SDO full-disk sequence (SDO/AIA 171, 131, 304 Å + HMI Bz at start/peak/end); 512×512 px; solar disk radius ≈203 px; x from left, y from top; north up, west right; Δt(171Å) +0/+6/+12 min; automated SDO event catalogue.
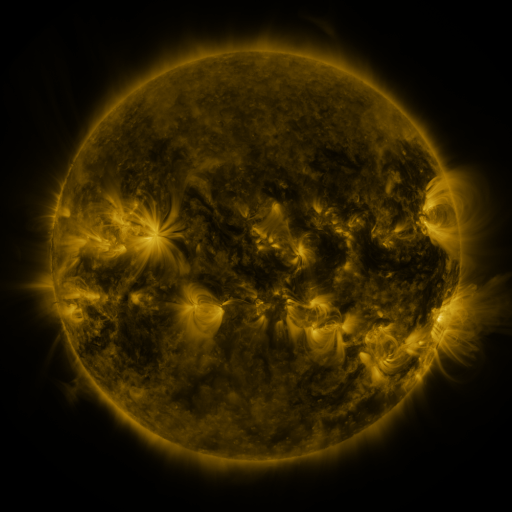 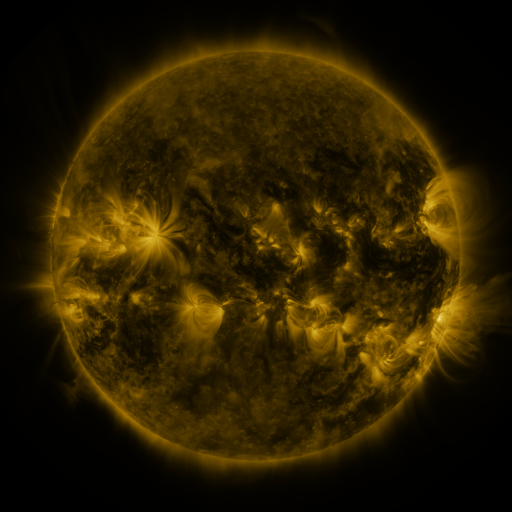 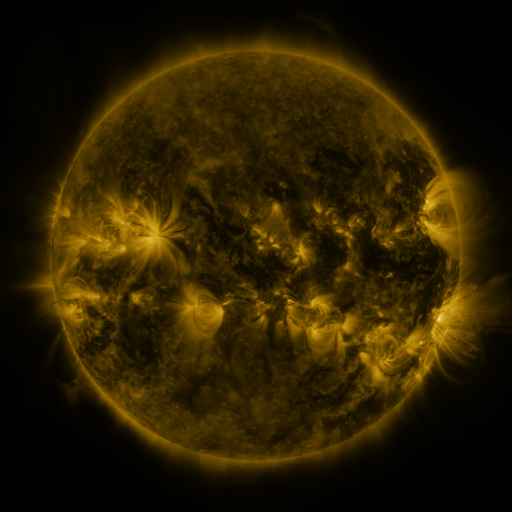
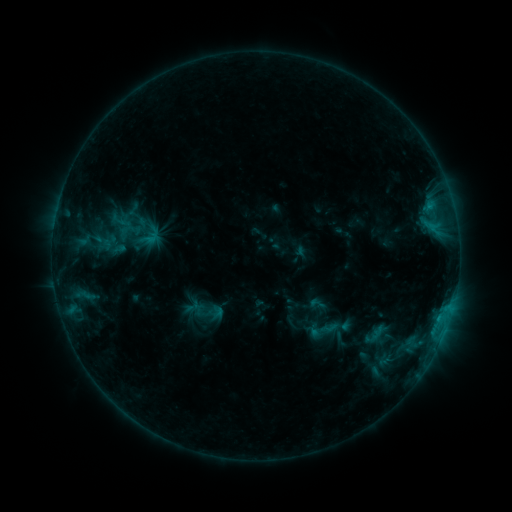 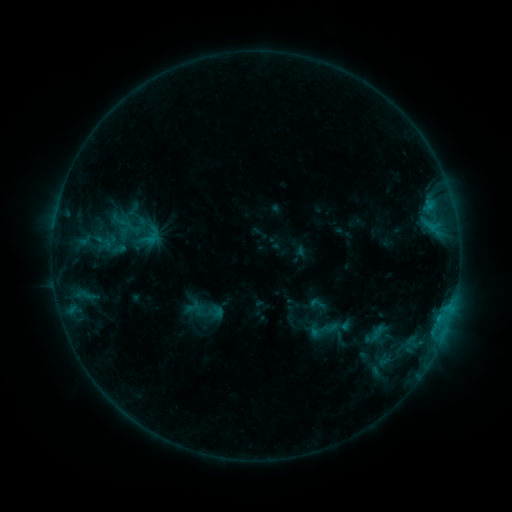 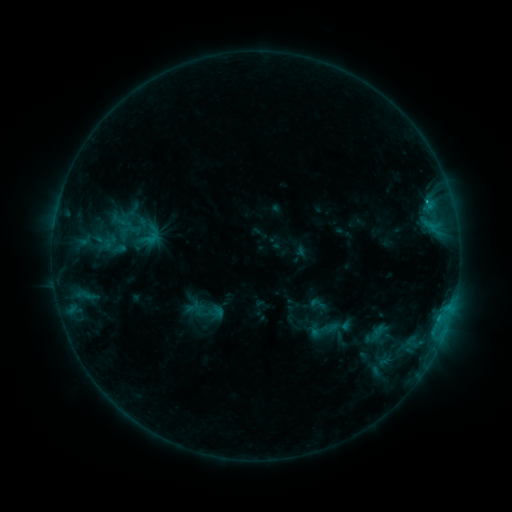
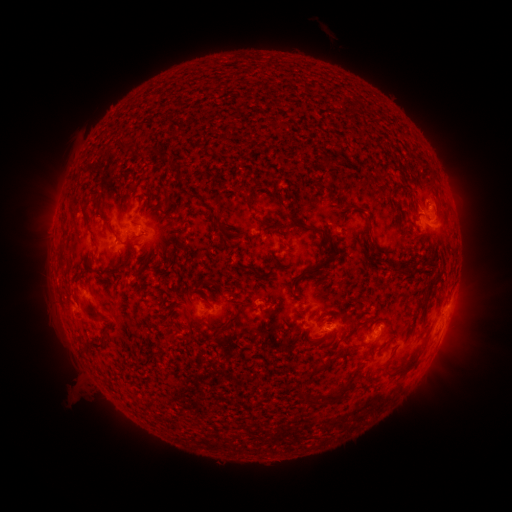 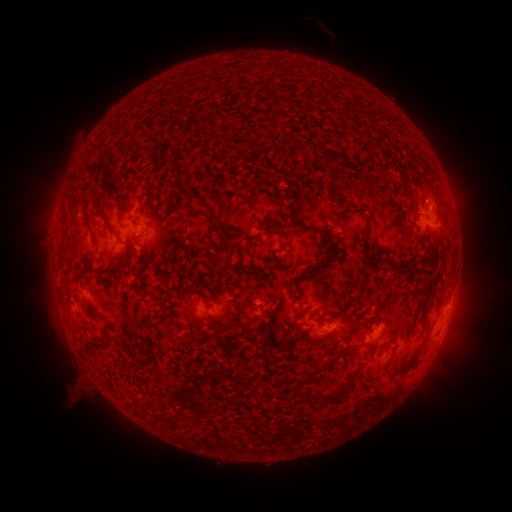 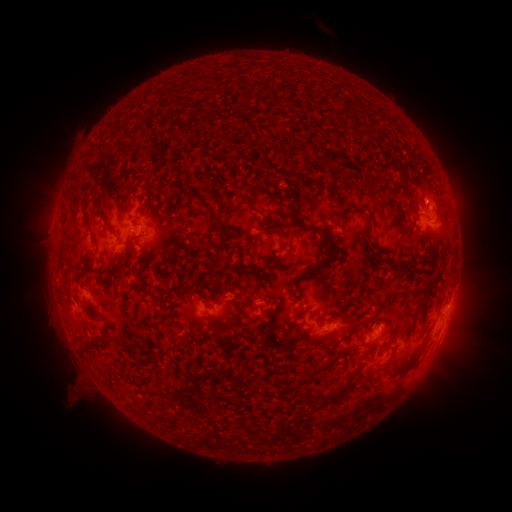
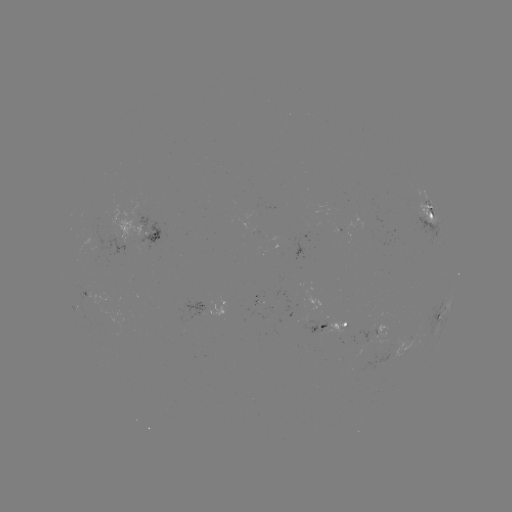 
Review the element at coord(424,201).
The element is C2.2 flare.